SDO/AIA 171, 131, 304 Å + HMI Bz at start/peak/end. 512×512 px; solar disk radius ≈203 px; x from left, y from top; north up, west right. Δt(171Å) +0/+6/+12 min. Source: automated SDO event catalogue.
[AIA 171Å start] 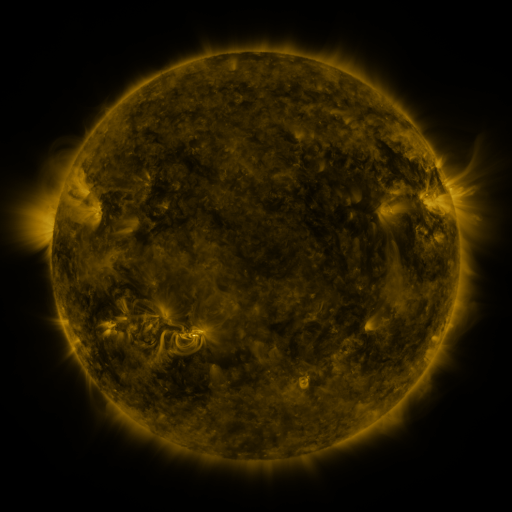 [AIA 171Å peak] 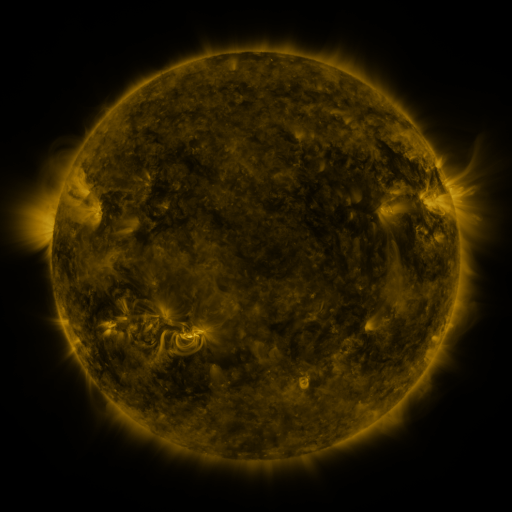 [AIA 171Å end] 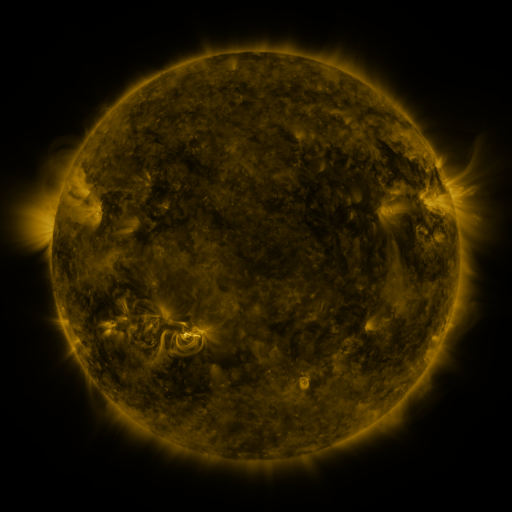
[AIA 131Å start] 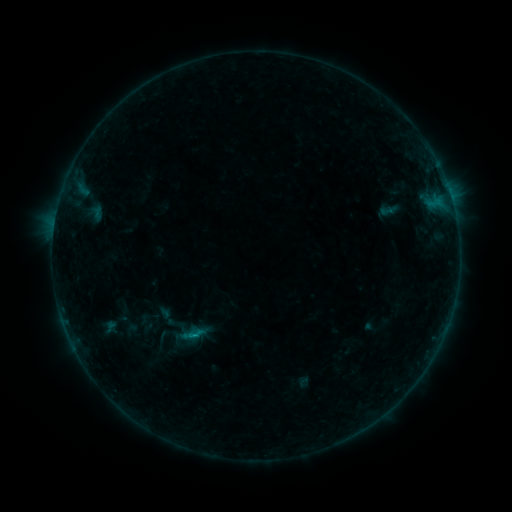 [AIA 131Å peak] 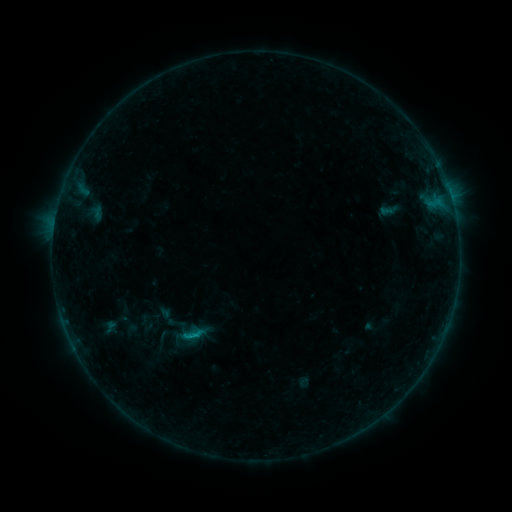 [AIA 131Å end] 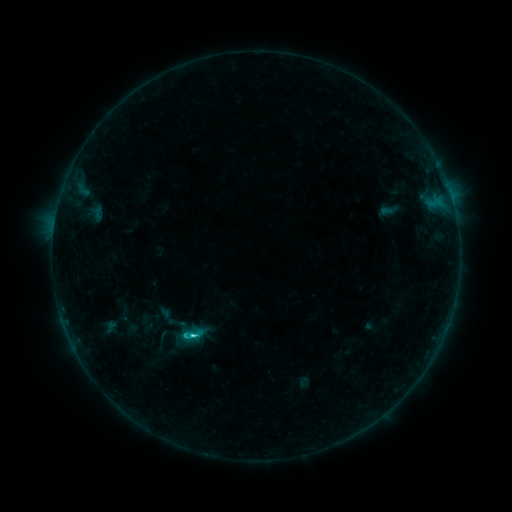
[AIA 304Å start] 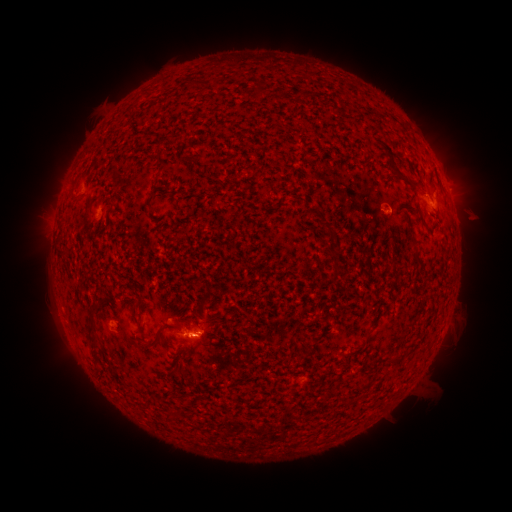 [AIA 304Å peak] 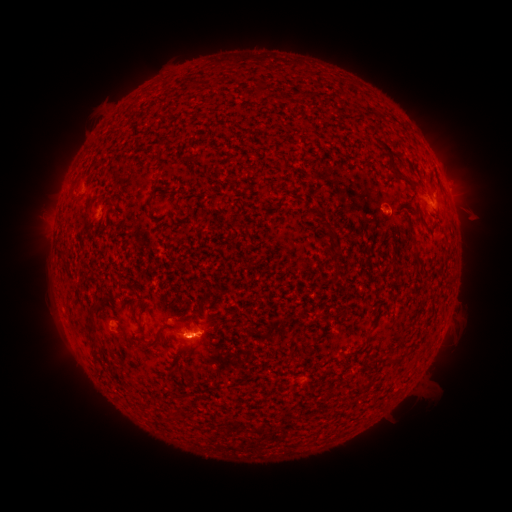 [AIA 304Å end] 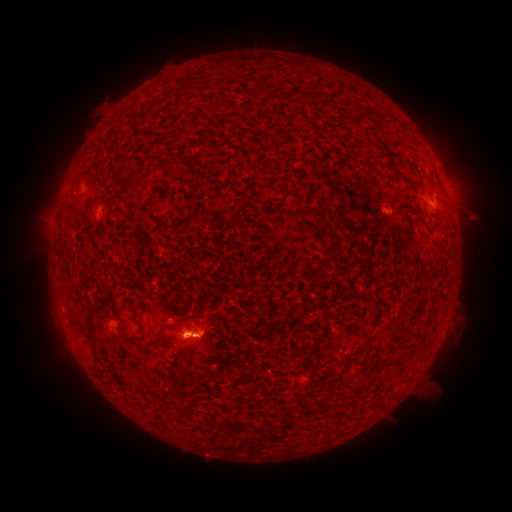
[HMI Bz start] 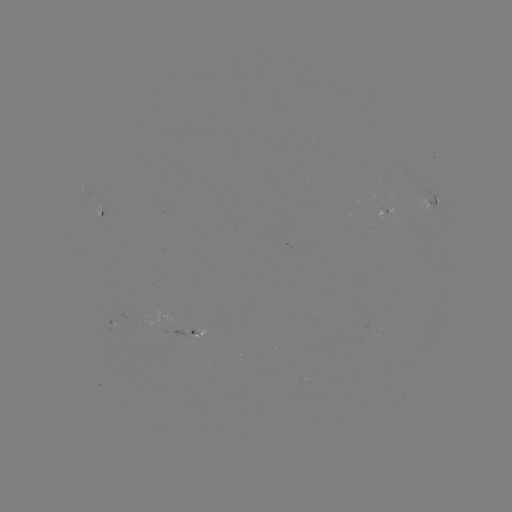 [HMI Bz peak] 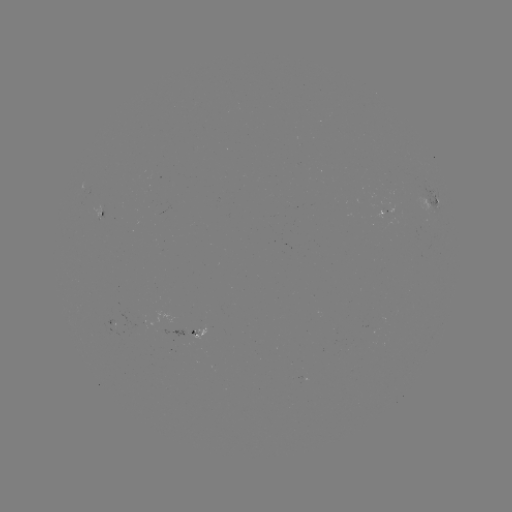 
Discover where C2.8 flare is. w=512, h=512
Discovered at (199, 333).